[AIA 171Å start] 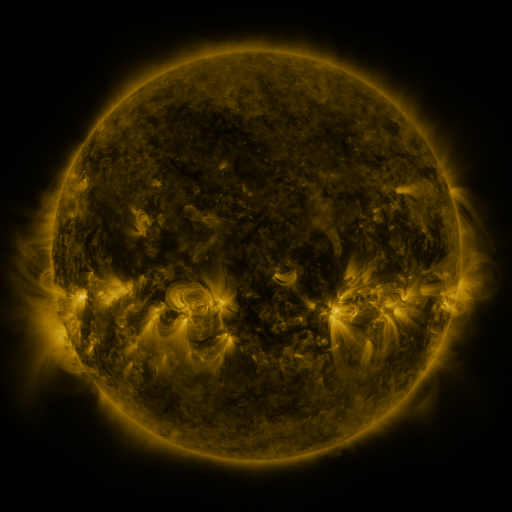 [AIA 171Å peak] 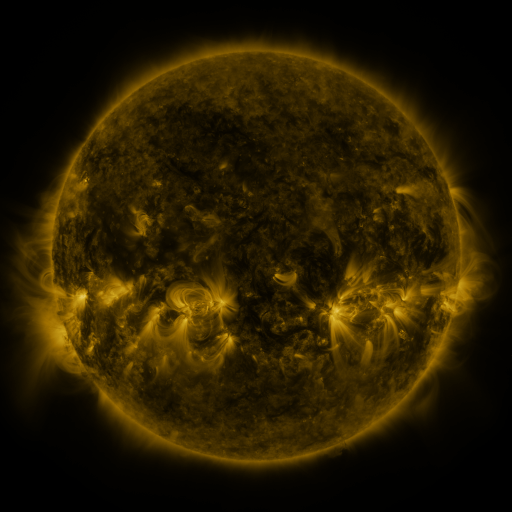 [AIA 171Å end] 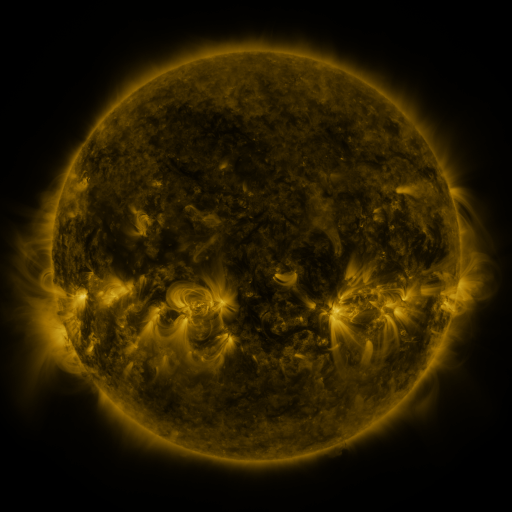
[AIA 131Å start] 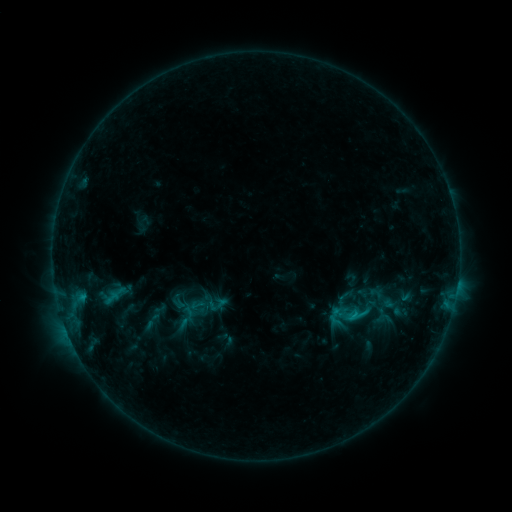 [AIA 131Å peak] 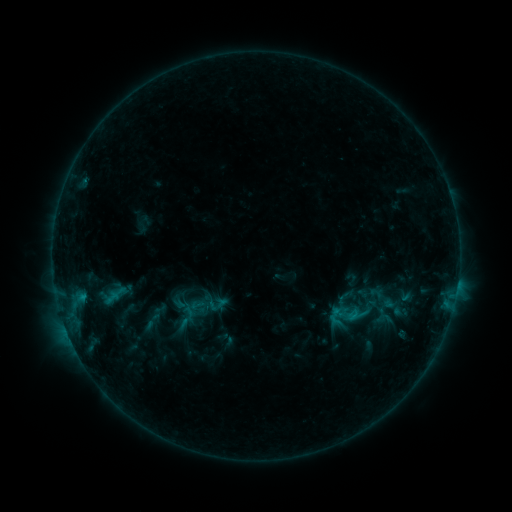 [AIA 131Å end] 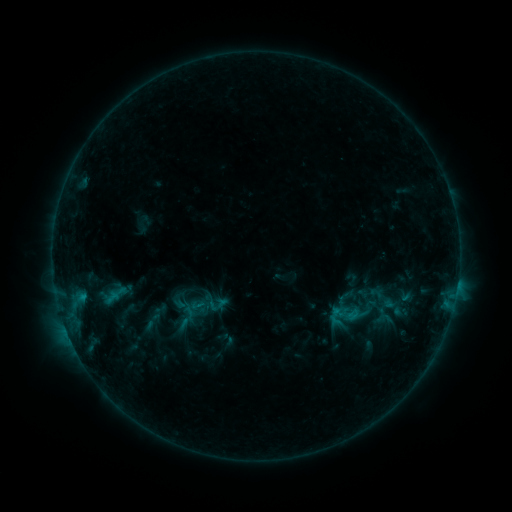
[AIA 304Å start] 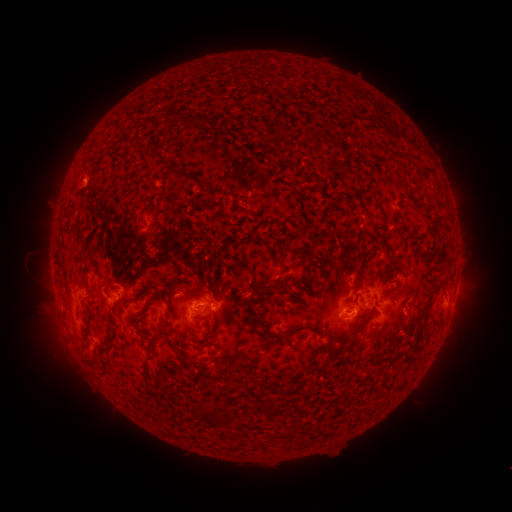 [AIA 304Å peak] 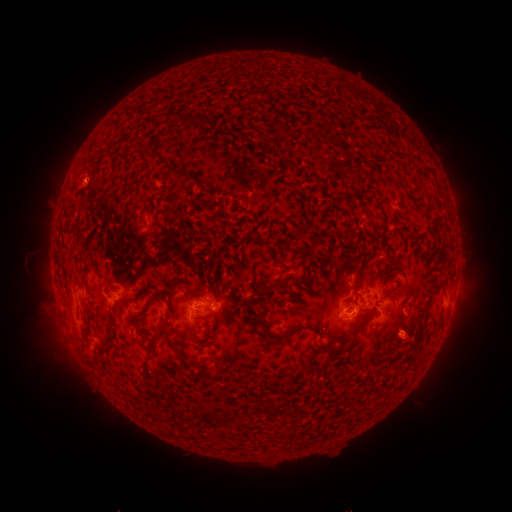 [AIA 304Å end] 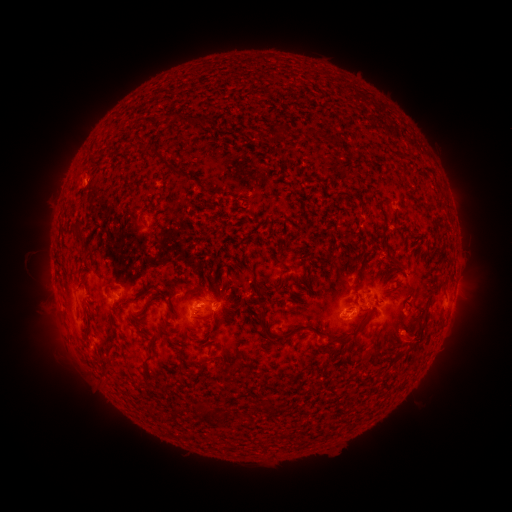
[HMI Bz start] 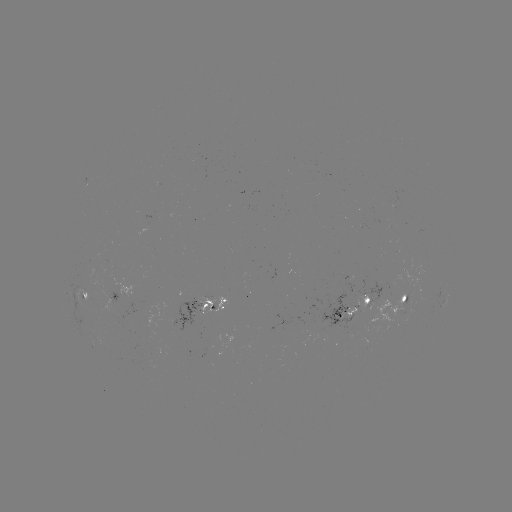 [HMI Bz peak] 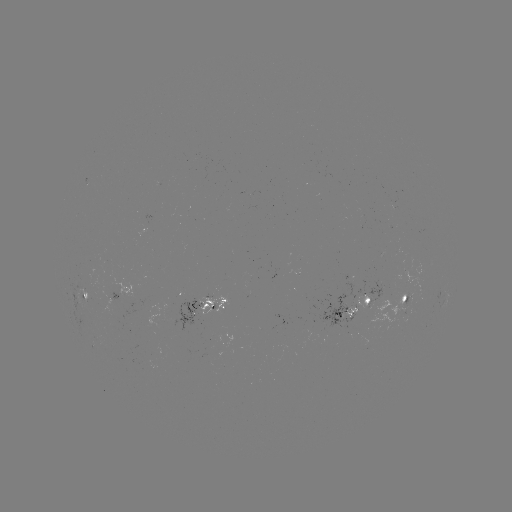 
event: eruption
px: (410, 343)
